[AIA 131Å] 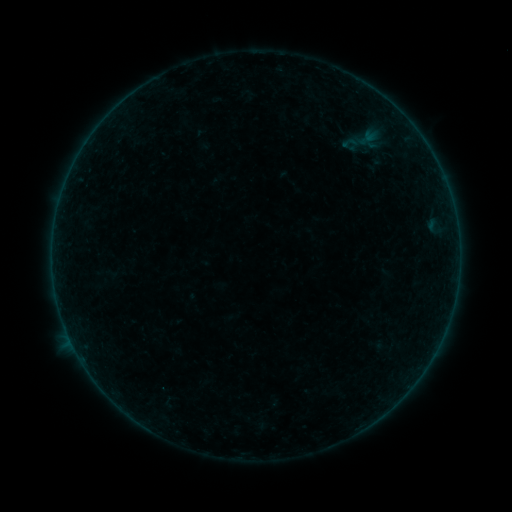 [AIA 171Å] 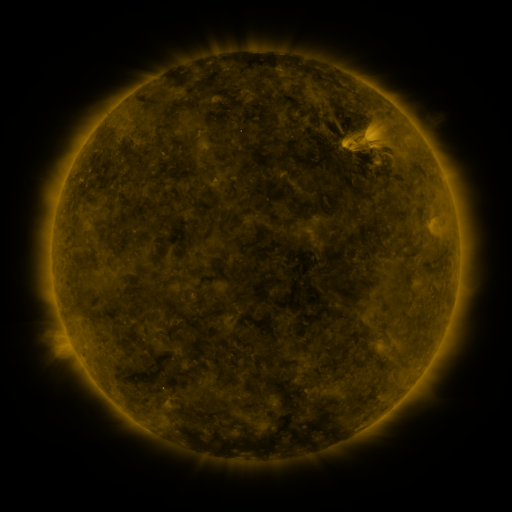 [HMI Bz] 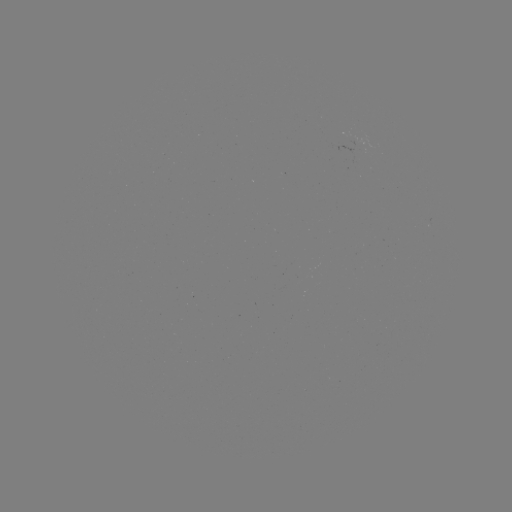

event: sigmoid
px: (350, 143)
